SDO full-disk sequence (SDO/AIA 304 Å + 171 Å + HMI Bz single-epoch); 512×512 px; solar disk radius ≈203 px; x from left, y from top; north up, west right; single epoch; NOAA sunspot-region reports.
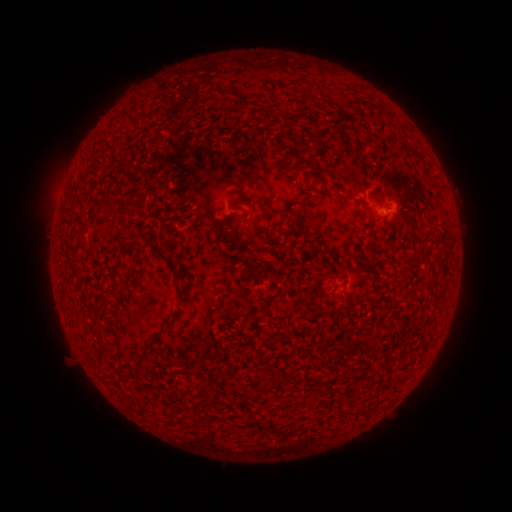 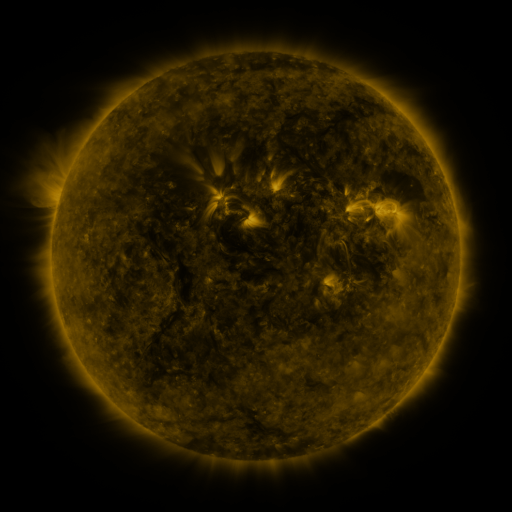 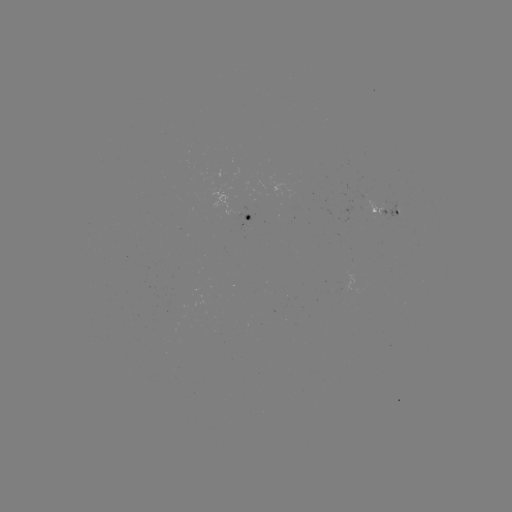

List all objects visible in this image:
spotted active region: (386, 217)
spotted active region: (249, 218)
